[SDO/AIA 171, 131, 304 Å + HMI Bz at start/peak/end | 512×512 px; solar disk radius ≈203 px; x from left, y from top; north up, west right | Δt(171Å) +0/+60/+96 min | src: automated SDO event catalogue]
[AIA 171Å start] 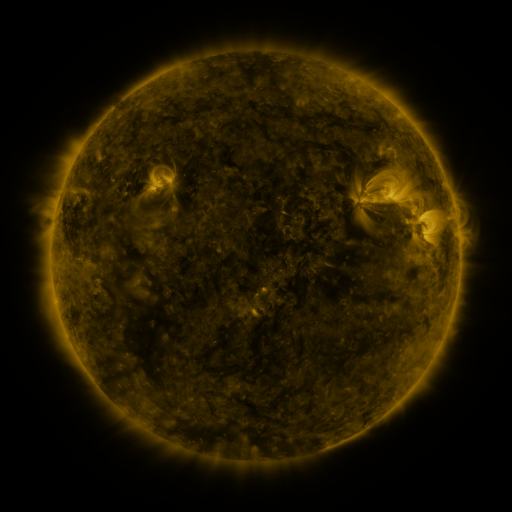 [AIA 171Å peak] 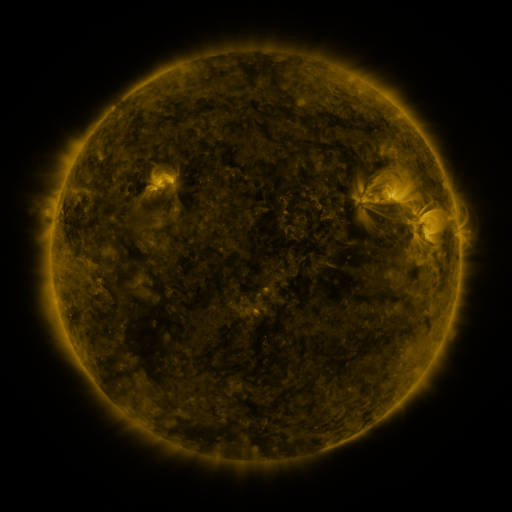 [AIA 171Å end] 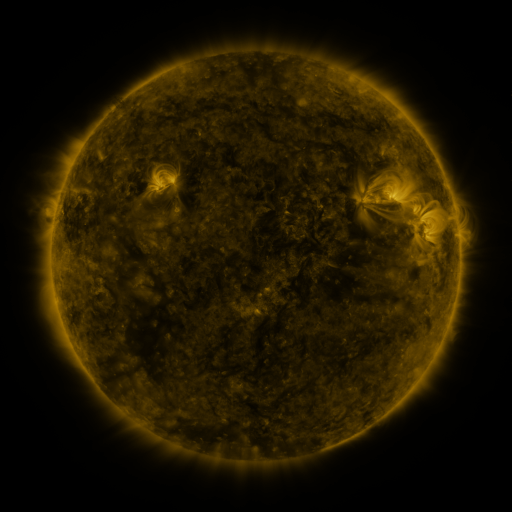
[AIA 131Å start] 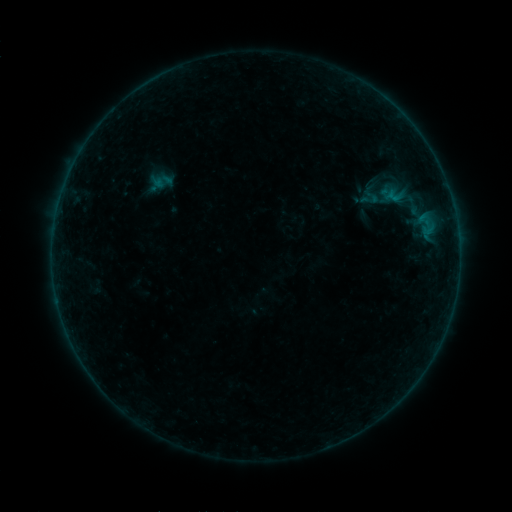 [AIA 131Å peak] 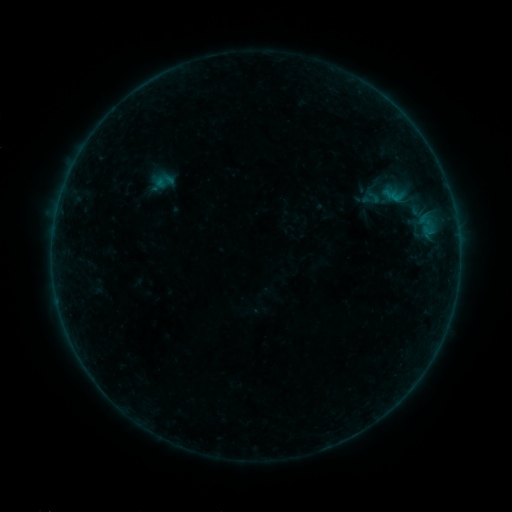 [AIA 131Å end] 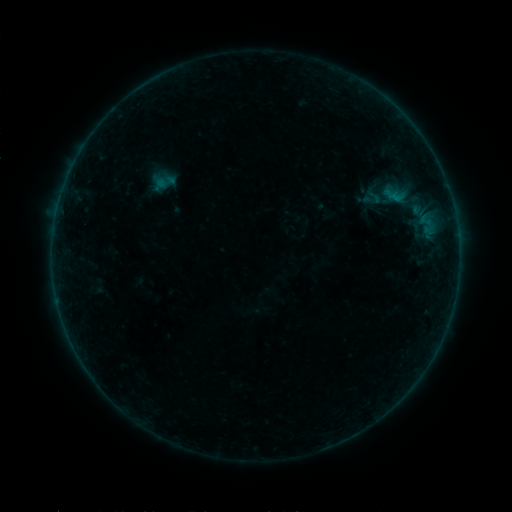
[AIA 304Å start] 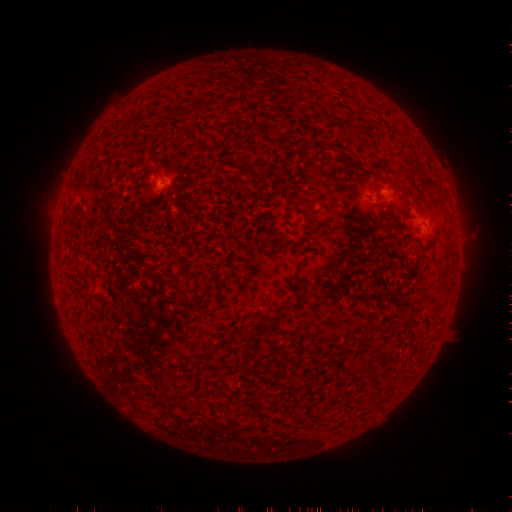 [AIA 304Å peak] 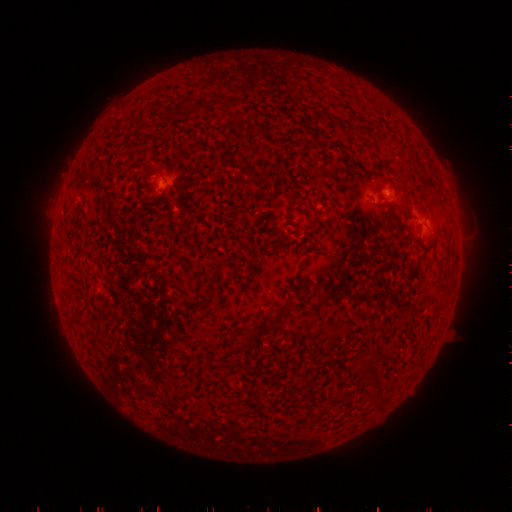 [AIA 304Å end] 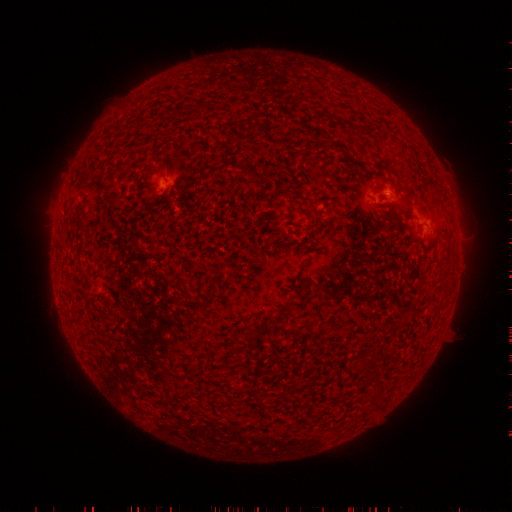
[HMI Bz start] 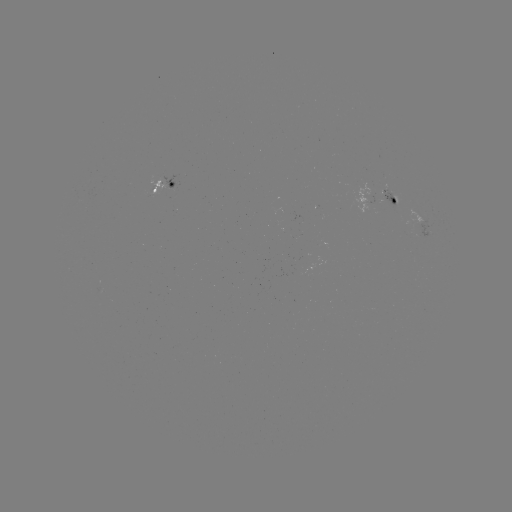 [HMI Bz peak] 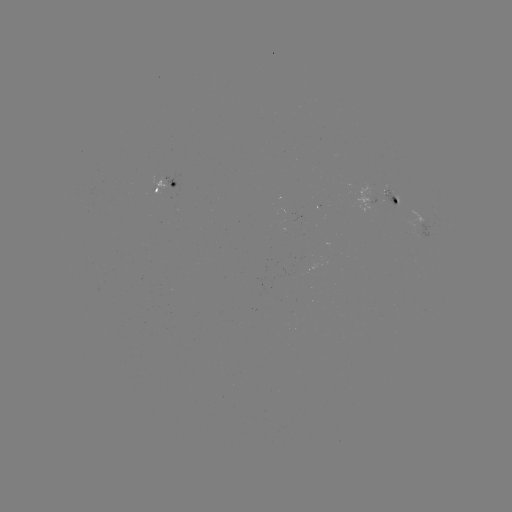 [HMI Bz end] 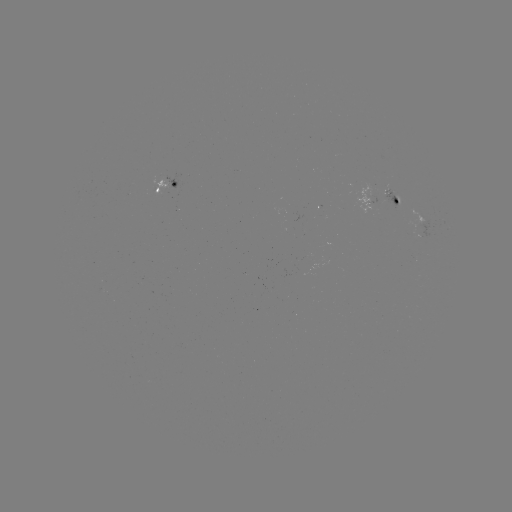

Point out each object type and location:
emerging-flux region: (389, 195)
